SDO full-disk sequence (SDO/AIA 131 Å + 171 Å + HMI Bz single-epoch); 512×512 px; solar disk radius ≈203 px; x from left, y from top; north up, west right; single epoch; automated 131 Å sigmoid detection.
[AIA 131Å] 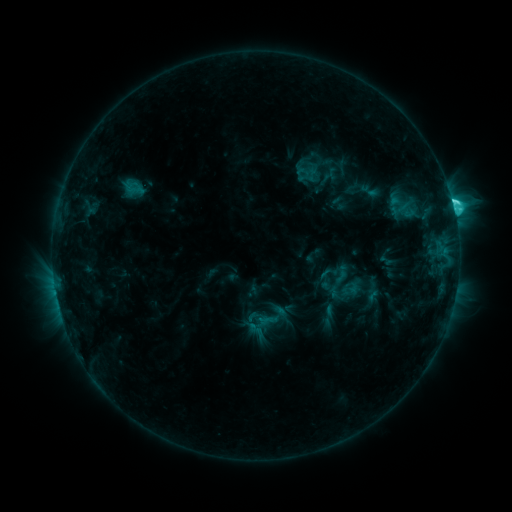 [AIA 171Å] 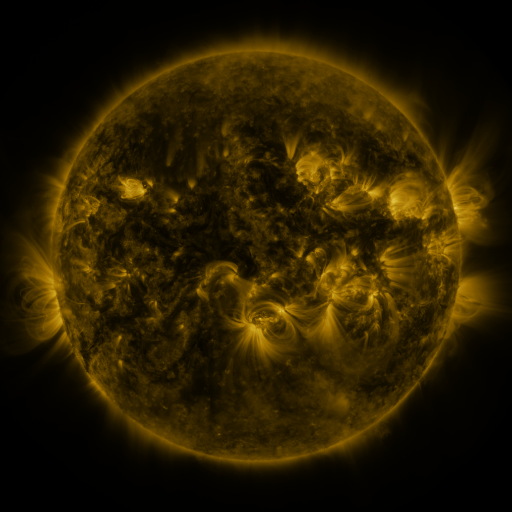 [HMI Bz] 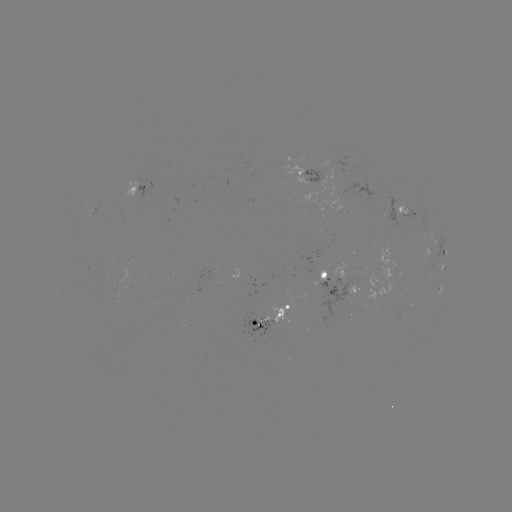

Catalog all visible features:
sigmoid: [341, 279, 359, 300]
sigmoid: [259, 311, 277, 330]
